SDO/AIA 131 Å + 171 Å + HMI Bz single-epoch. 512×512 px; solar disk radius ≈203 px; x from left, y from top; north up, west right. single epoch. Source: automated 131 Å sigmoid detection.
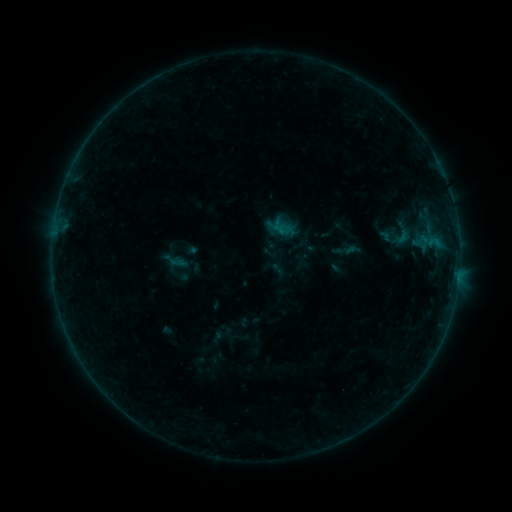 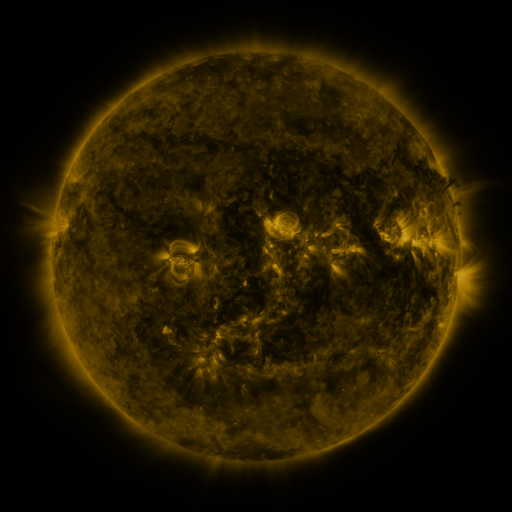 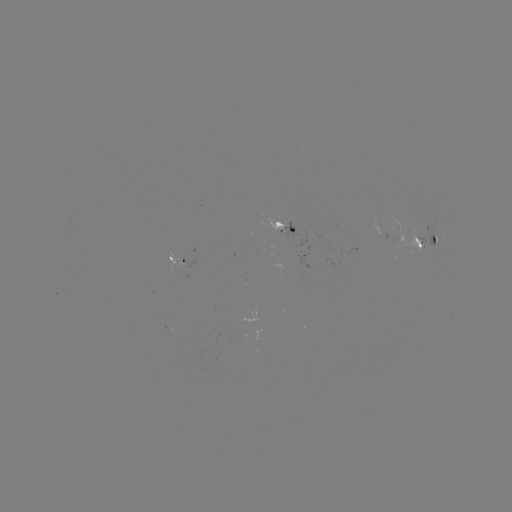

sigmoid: (387, 226, 416, 249)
